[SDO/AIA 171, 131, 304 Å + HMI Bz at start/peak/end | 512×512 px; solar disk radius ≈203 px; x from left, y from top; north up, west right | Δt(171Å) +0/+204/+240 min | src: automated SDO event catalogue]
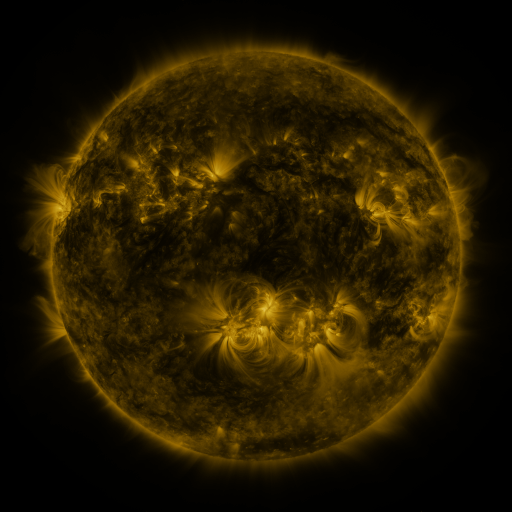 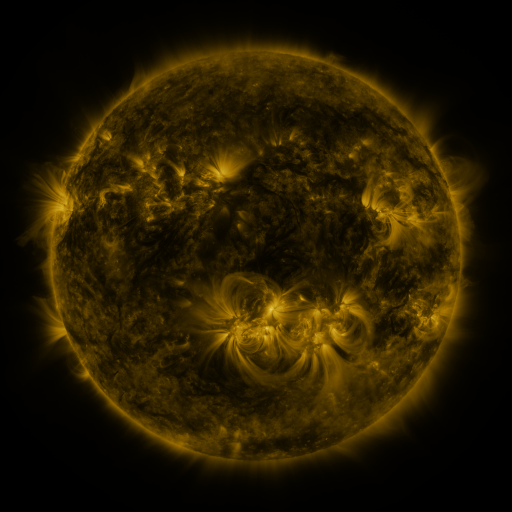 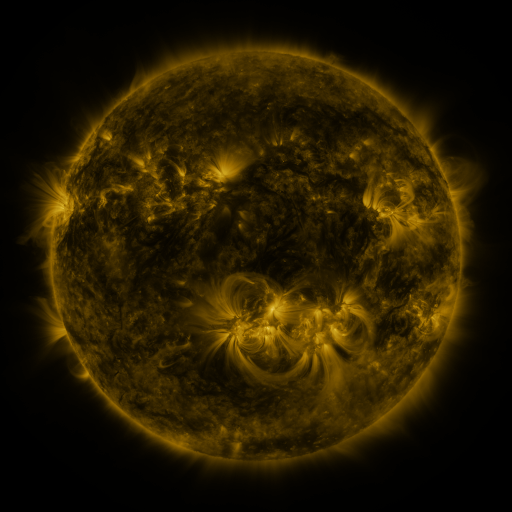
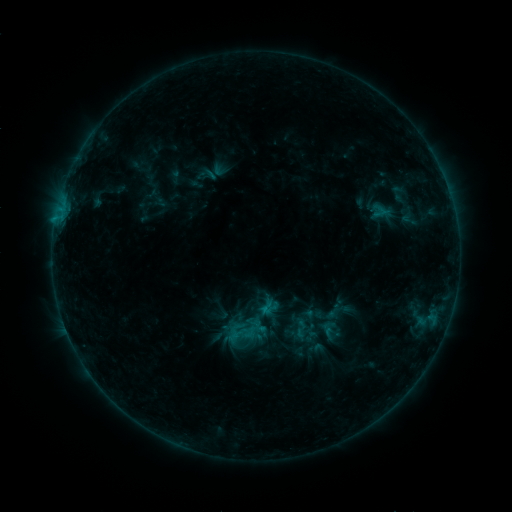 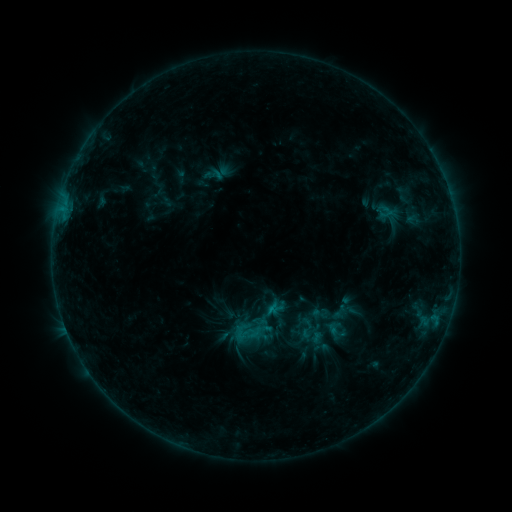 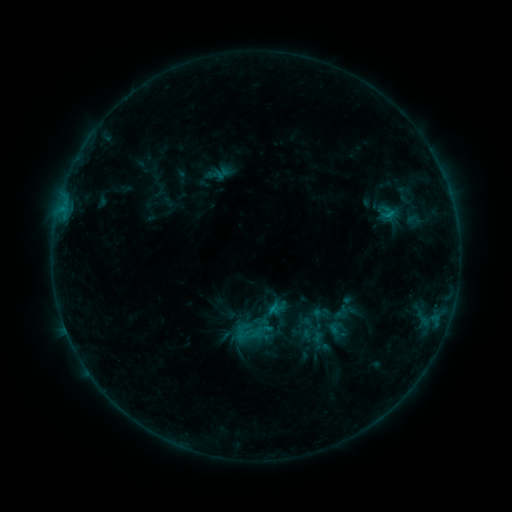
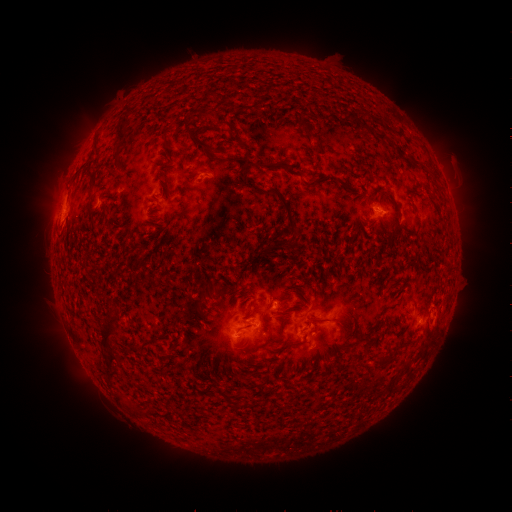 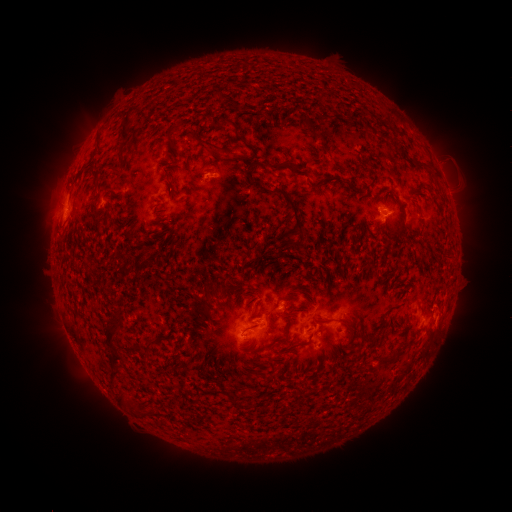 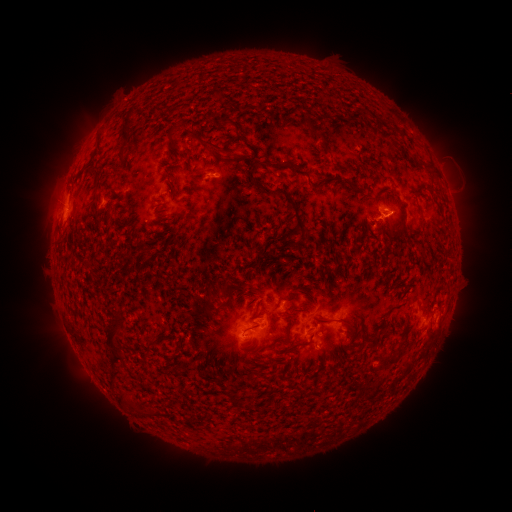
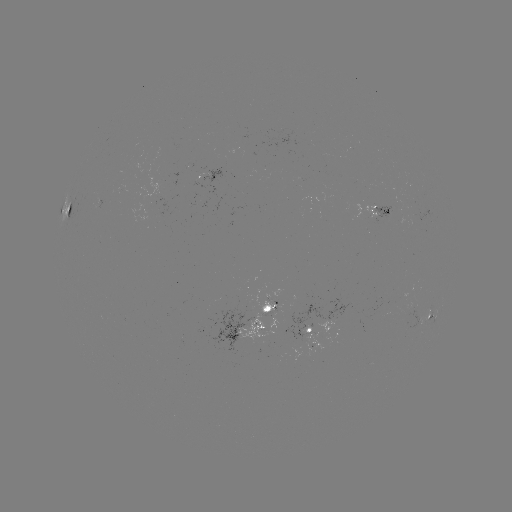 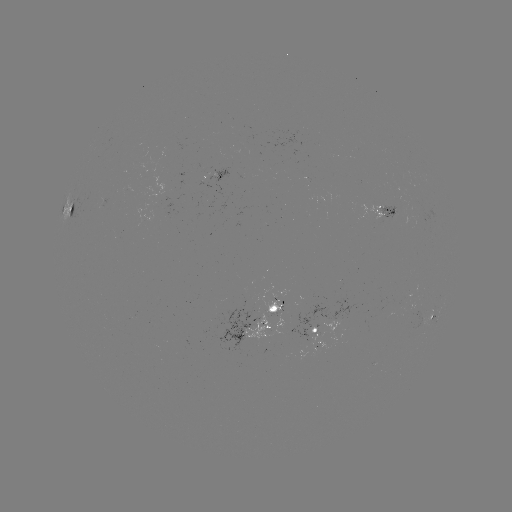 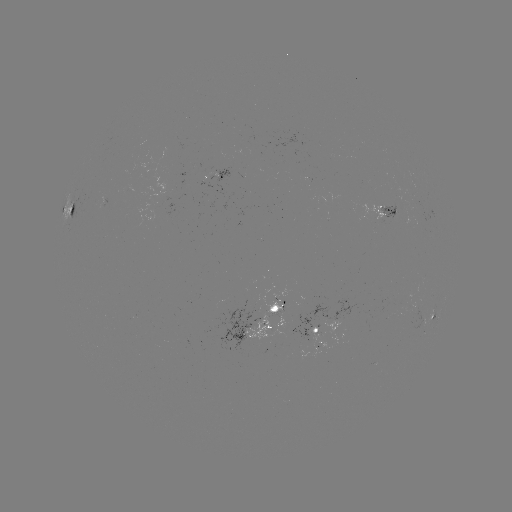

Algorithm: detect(emerging-flux region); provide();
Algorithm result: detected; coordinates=(278, 306)